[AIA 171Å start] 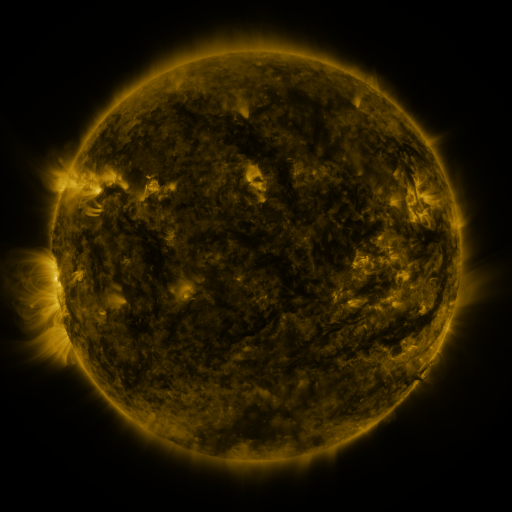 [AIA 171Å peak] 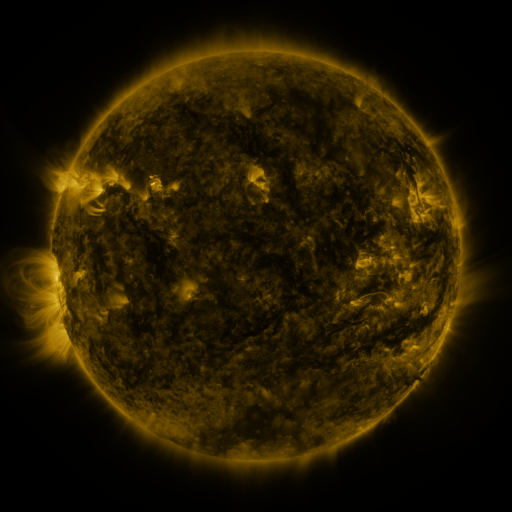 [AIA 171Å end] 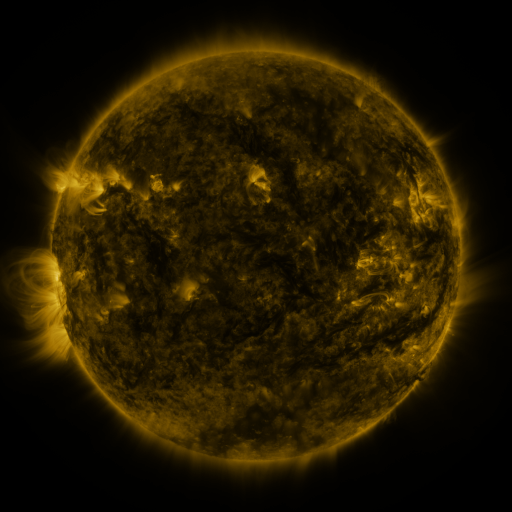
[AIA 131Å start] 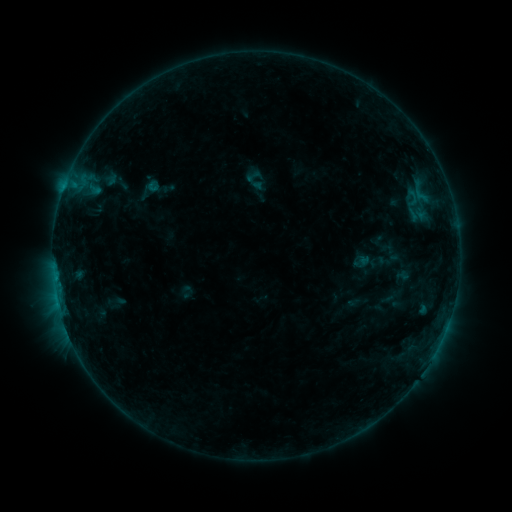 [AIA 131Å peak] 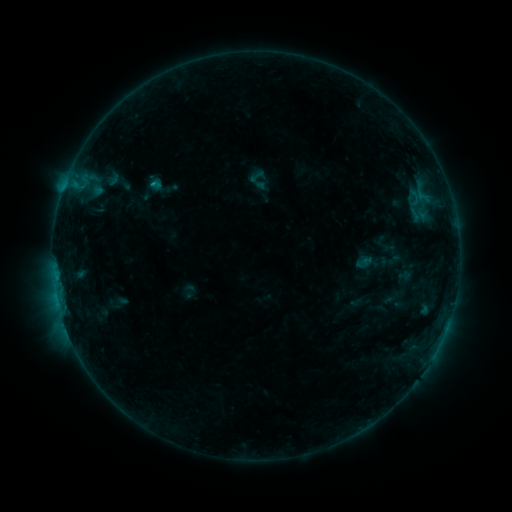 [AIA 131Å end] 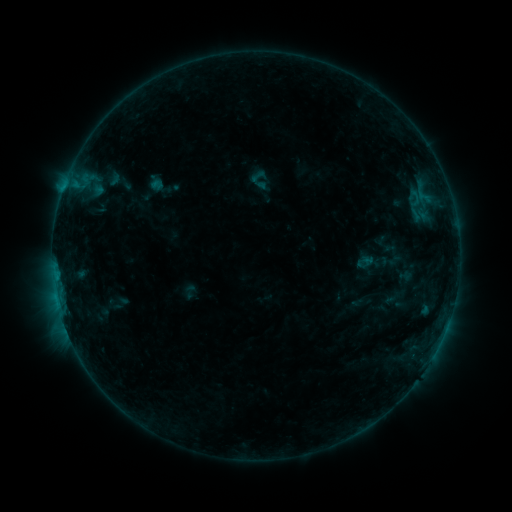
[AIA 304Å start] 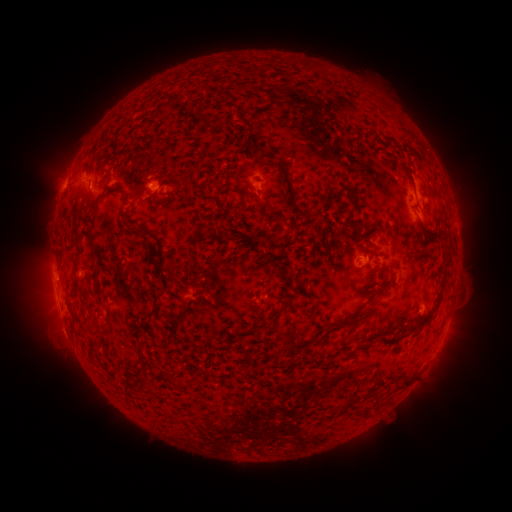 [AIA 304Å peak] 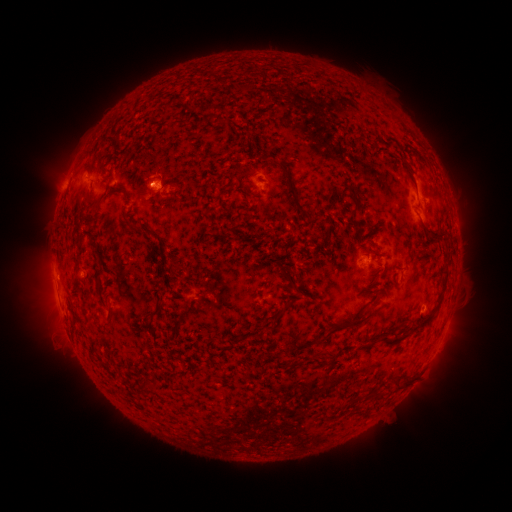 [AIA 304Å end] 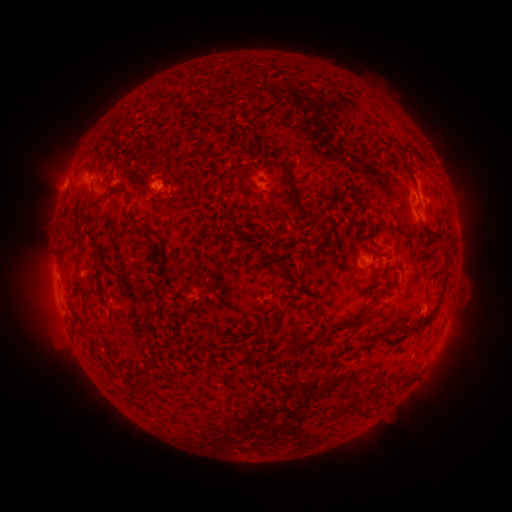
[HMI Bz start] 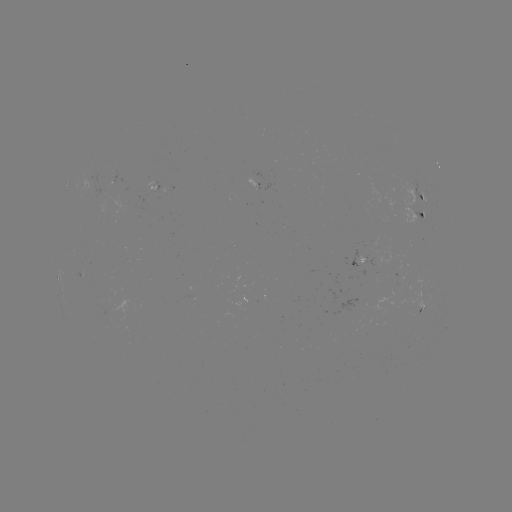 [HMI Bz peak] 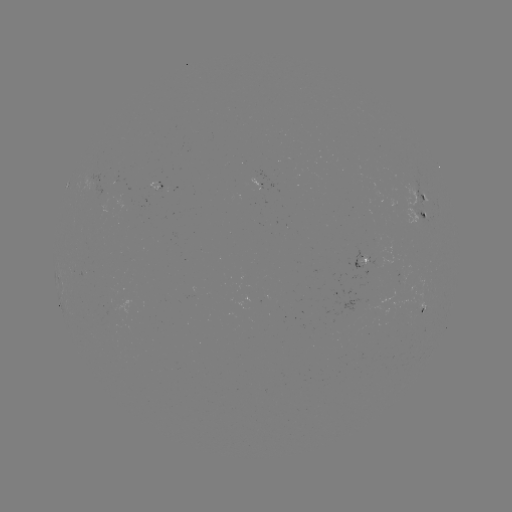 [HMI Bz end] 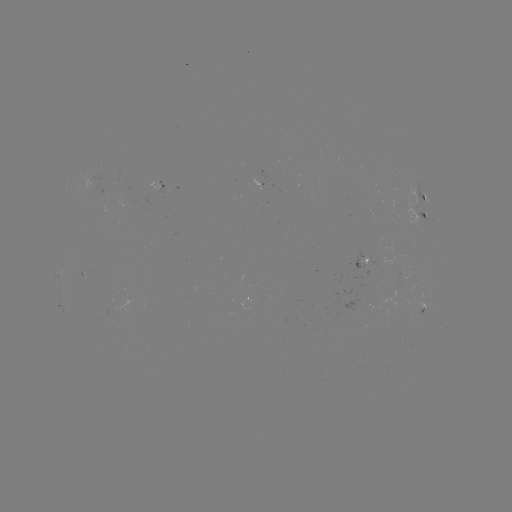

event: emerging-flux region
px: (400, 274)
